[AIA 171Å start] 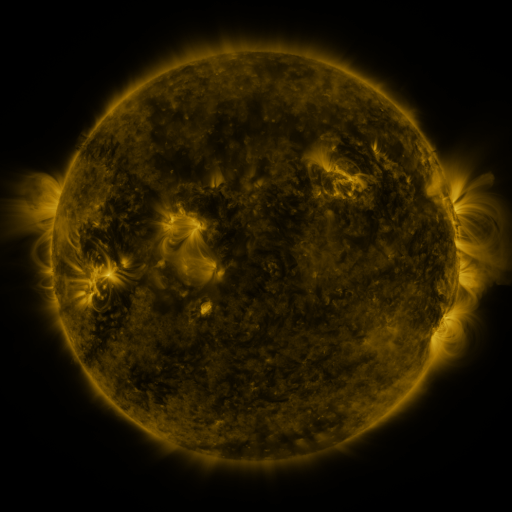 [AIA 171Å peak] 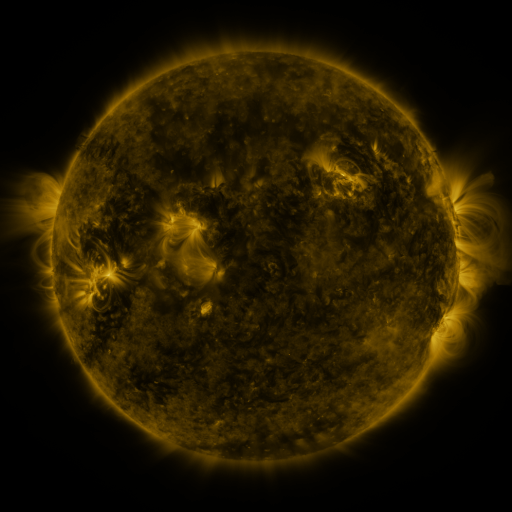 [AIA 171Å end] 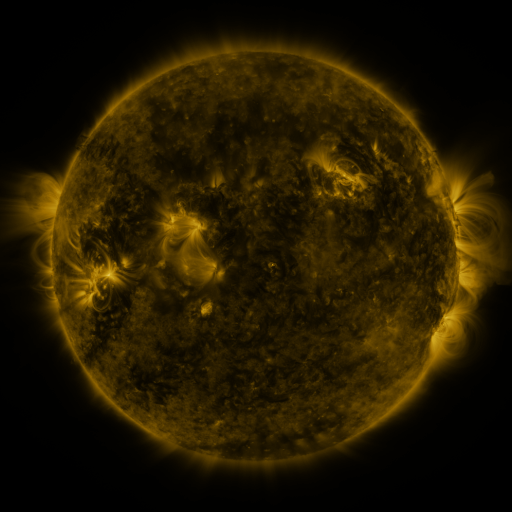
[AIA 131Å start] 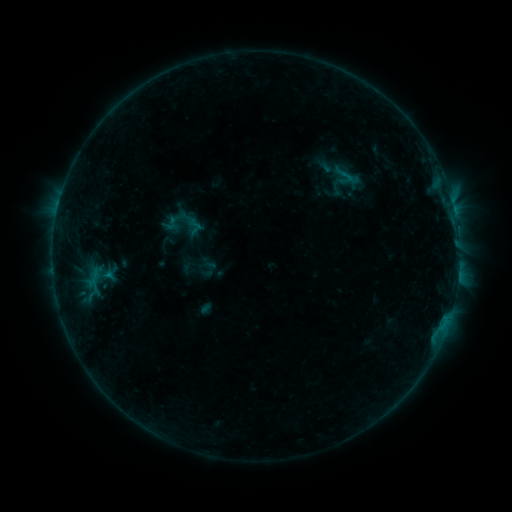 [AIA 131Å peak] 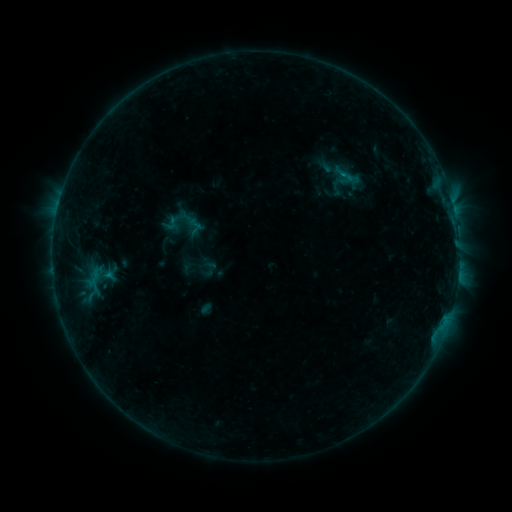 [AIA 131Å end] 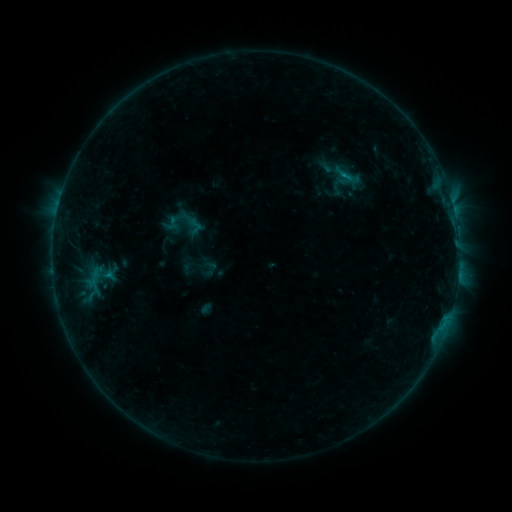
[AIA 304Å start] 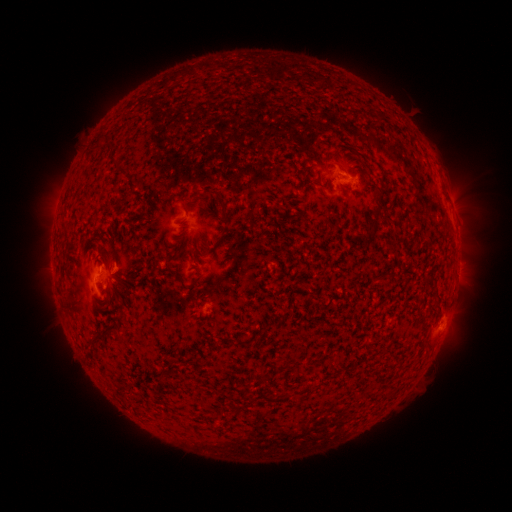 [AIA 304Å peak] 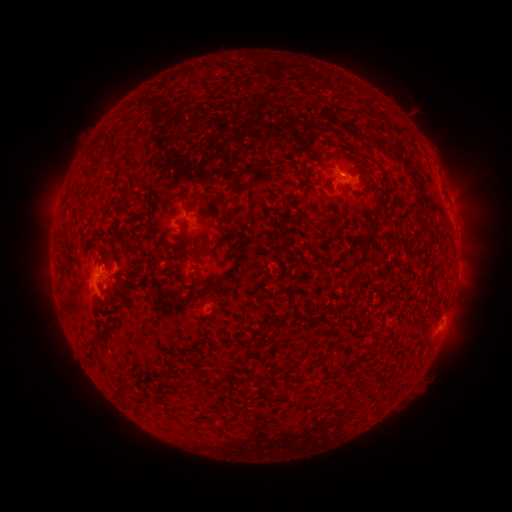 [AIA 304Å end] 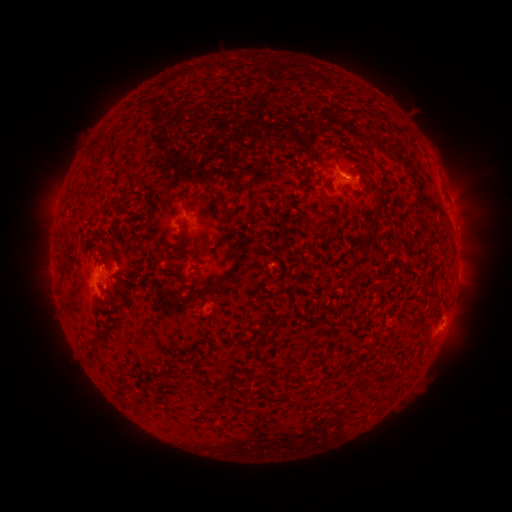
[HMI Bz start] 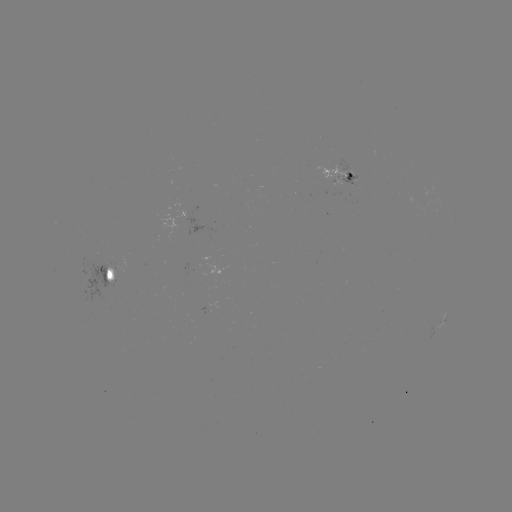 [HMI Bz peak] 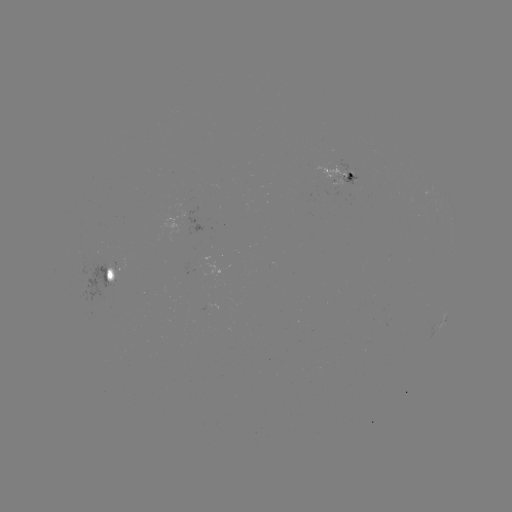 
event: flare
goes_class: B4.6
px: (342, 175)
